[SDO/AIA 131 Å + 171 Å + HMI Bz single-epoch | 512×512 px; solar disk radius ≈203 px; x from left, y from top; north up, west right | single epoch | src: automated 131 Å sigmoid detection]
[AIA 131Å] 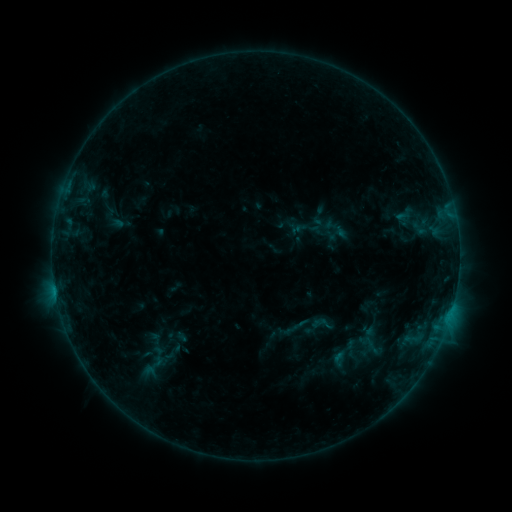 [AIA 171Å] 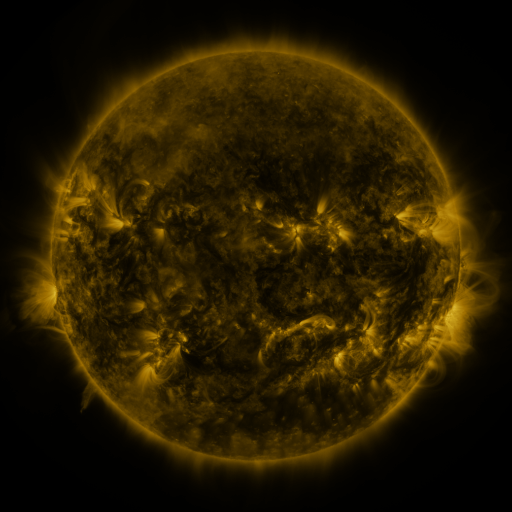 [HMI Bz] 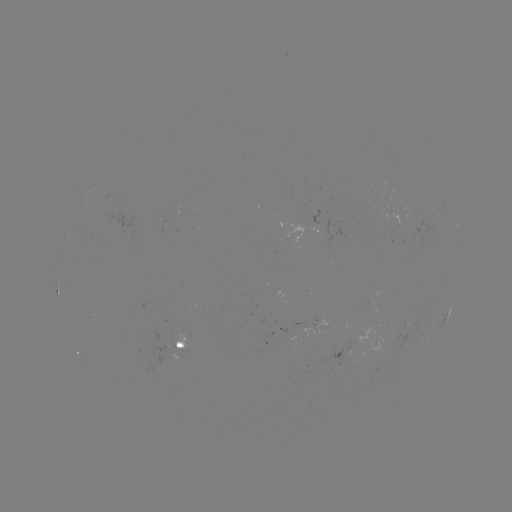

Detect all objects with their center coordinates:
sigmoid: [319, 215, 352, 243]
sigmoid: [134, 351, 173, 378]
